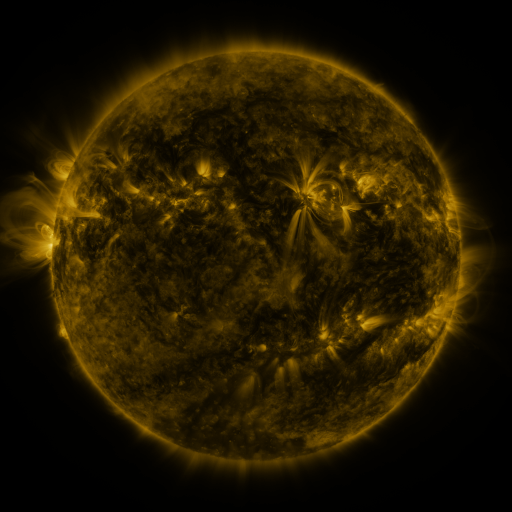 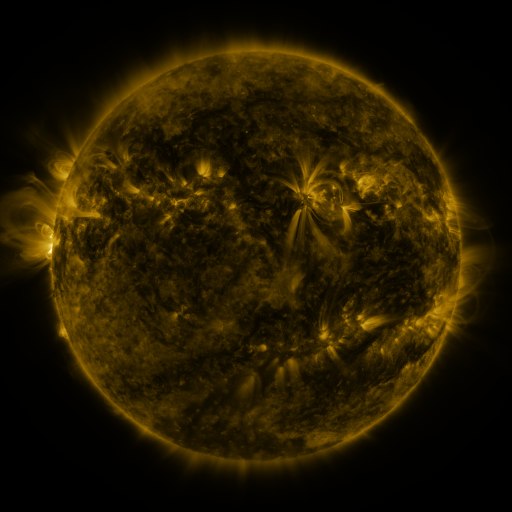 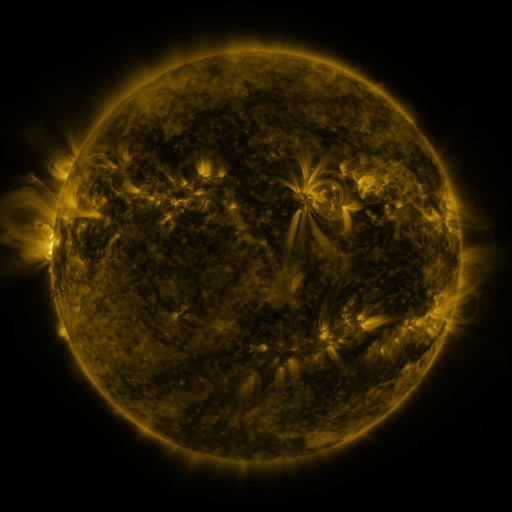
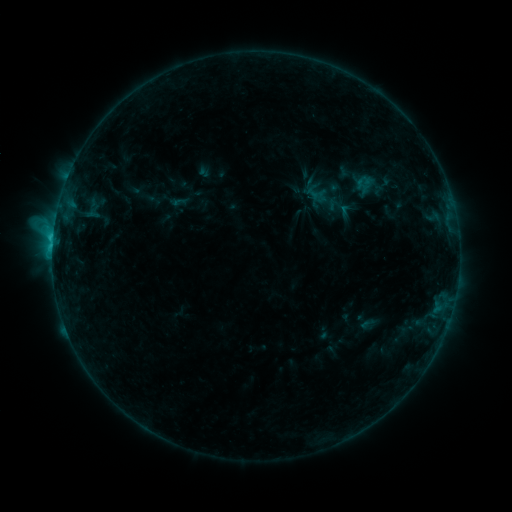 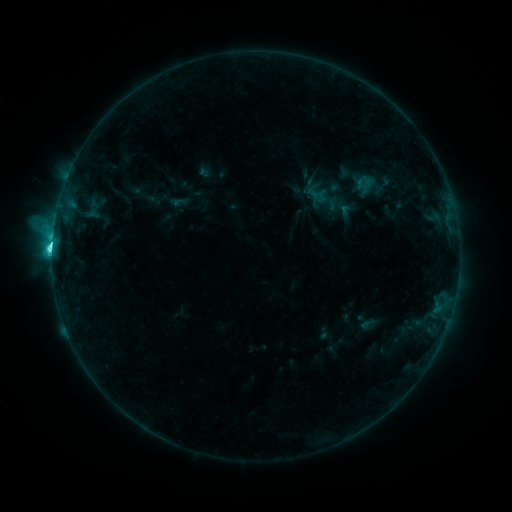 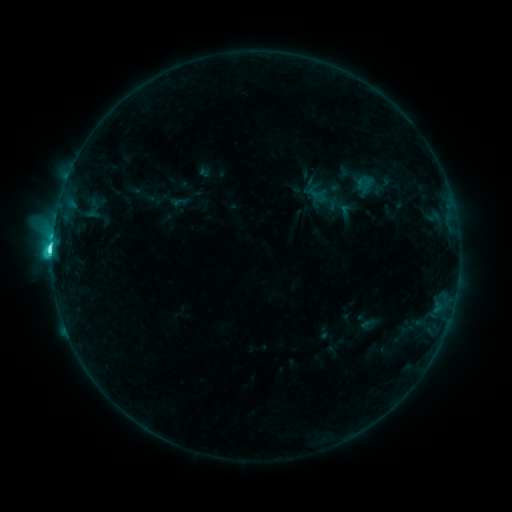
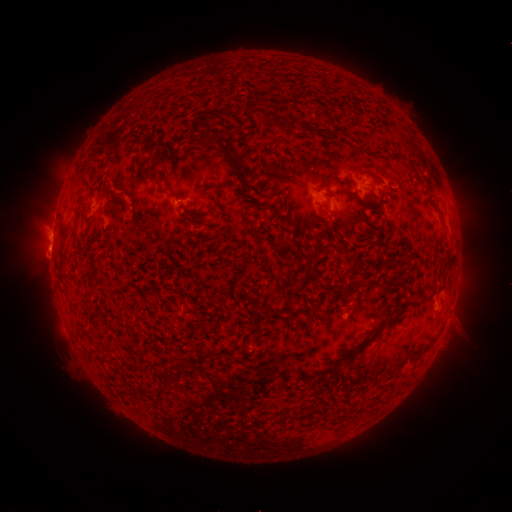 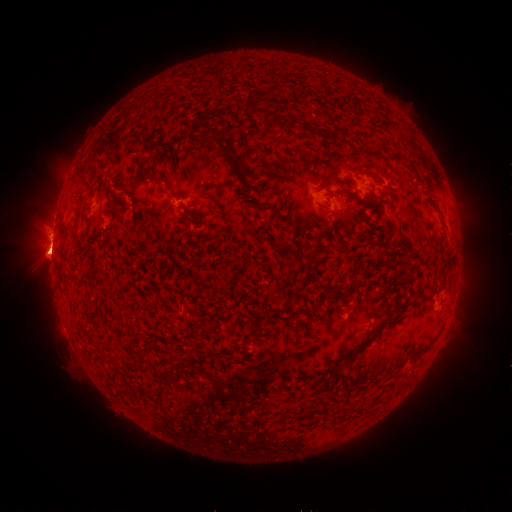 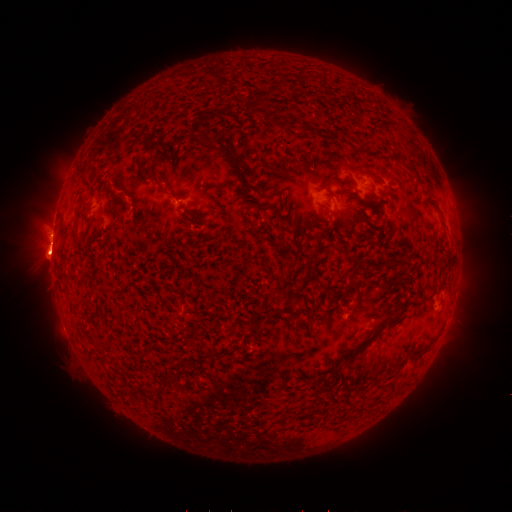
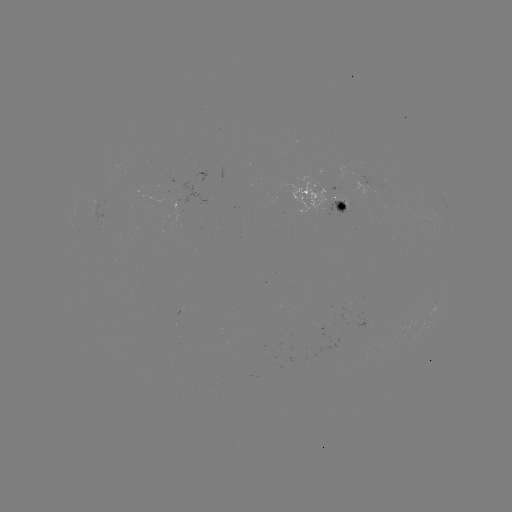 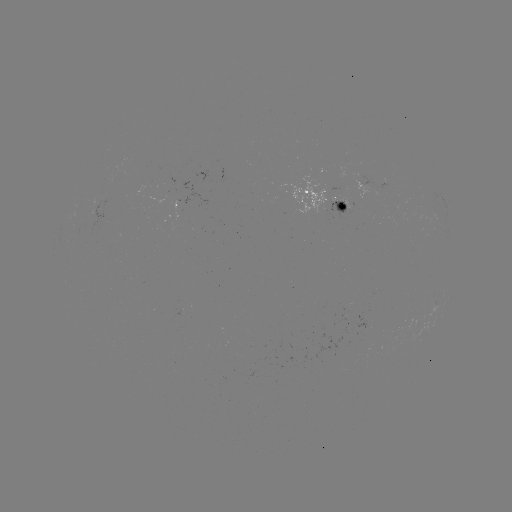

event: eruption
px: (48, 254)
